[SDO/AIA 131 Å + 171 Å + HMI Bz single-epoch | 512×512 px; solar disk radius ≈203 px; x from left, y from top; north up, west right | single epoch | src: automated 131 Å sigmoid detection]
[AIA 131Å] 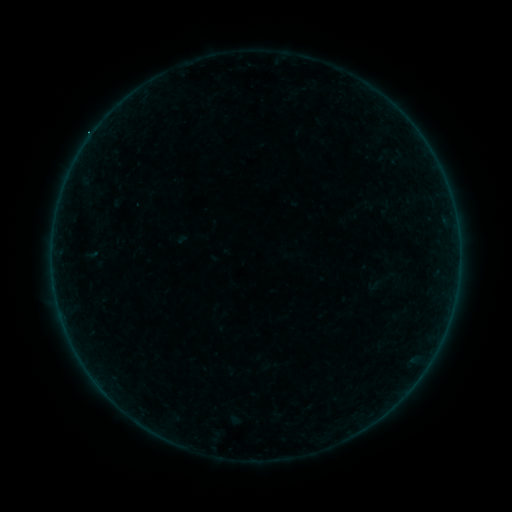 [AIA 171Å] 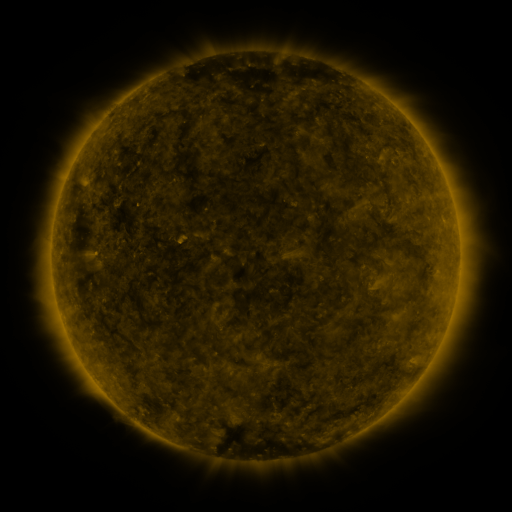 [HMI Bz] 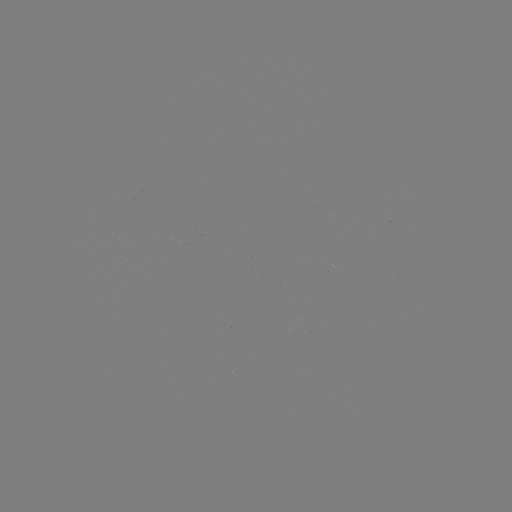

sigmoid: [366, 277, 382, 293]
